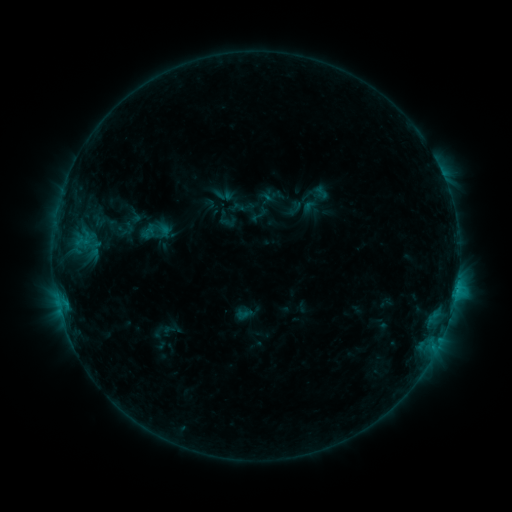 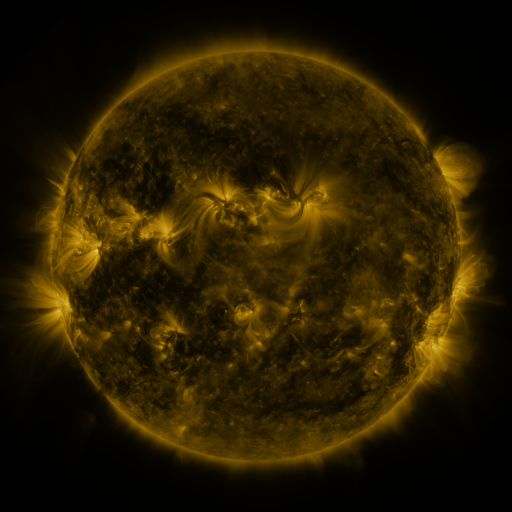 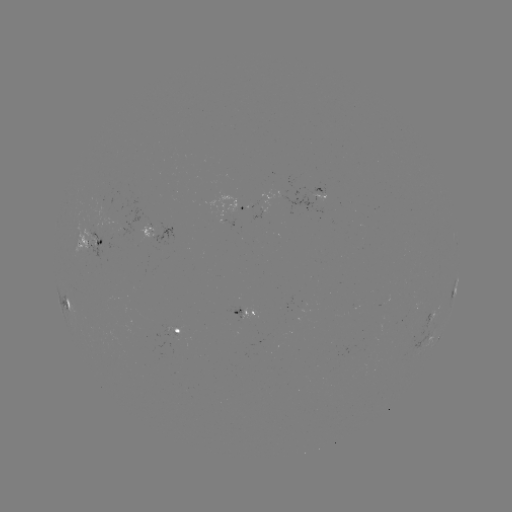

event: sigmoid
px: (148, 232)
